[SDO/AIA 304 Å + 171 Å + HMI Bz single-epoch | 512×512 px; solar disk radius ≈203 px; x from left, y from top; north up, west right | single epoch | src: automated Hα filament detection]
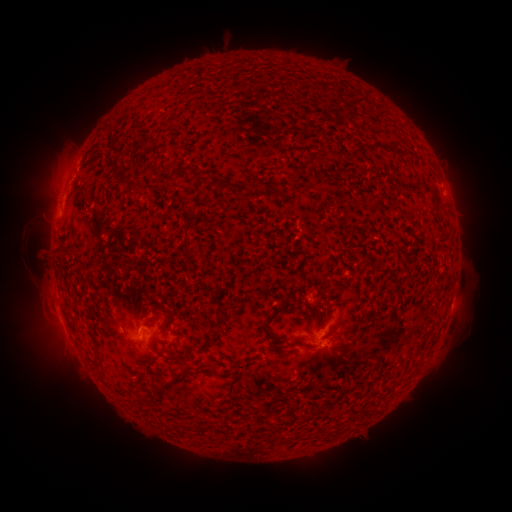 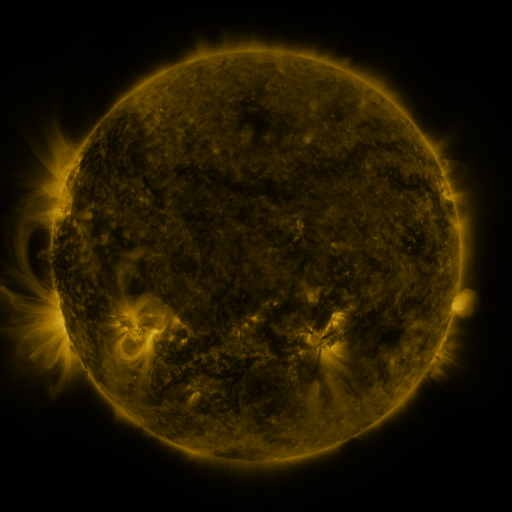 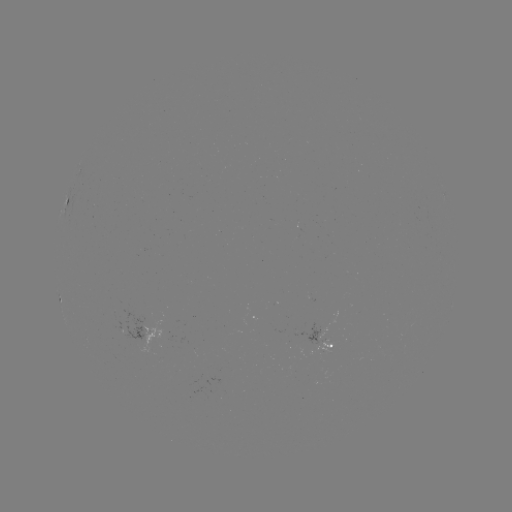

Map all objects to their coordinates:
filament: [134, 178, 145, 187]
filament: [250, 179, 260, 189]
filament: [182, 231, 196, 255]
filament: [261, 330, 270, 343]
filament: [170, 366, 186, 380]
